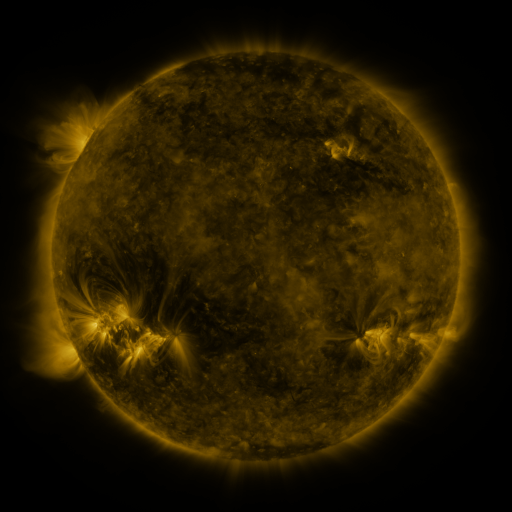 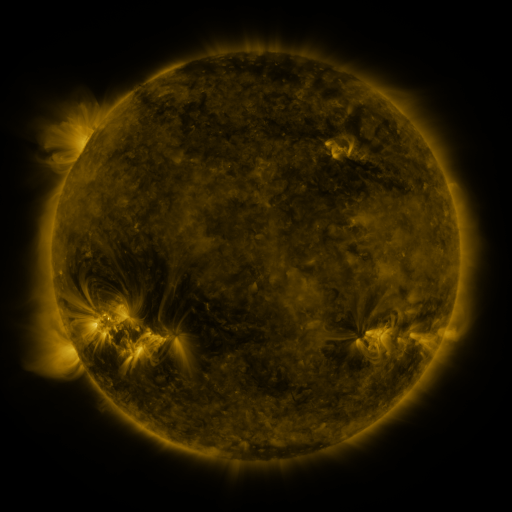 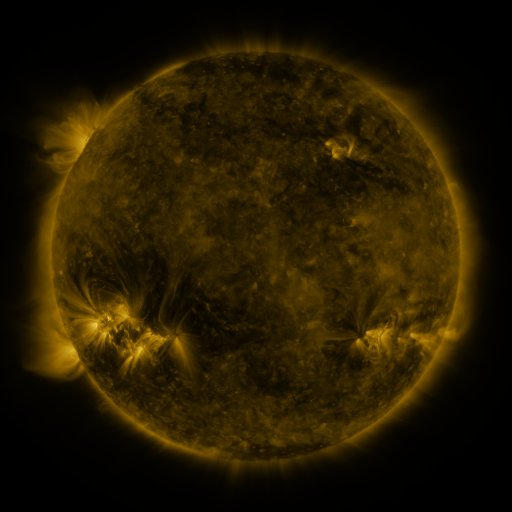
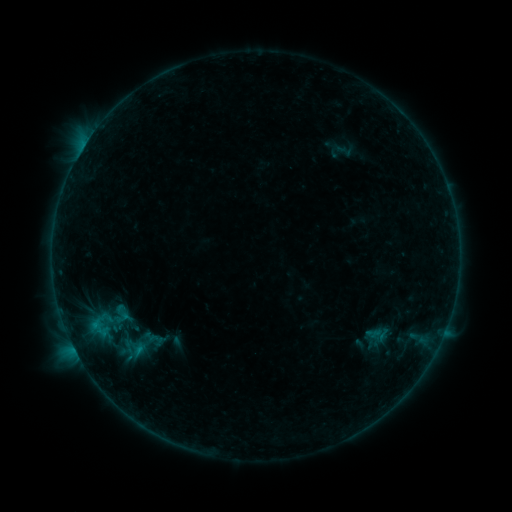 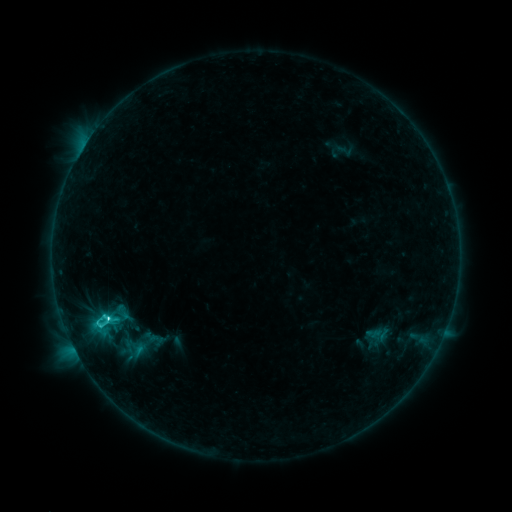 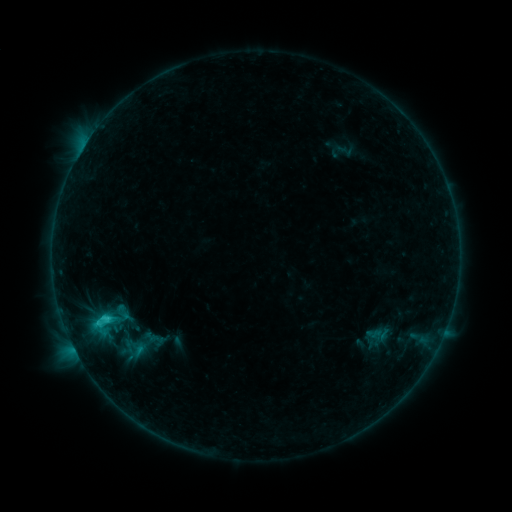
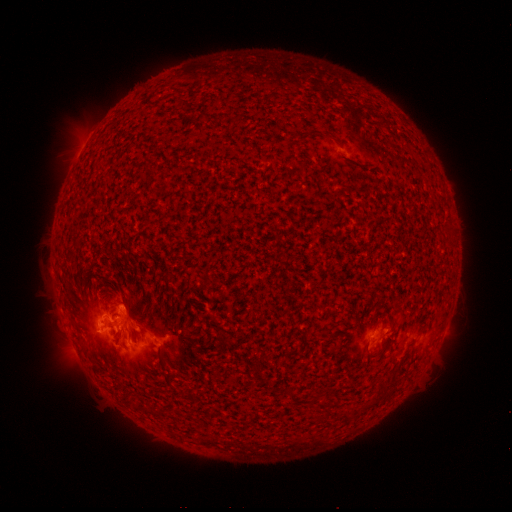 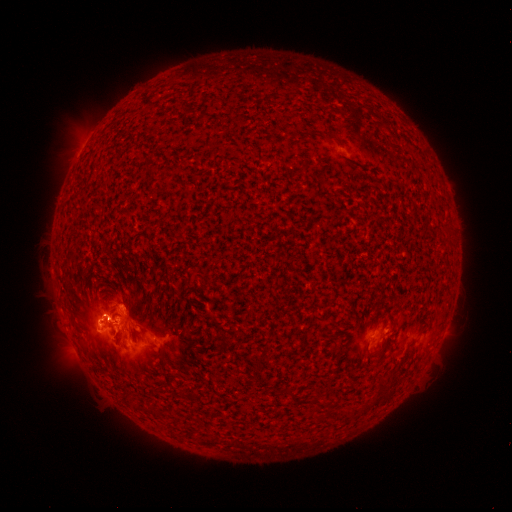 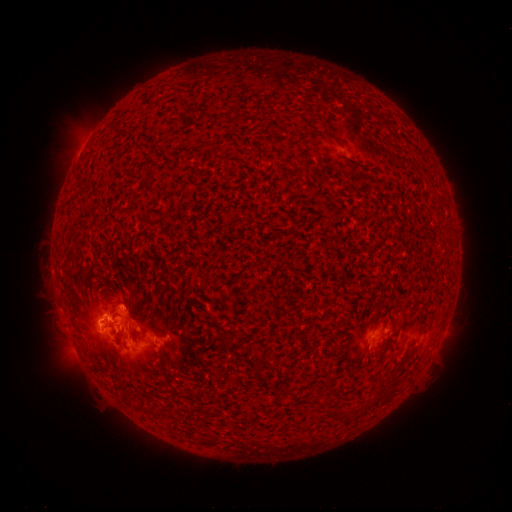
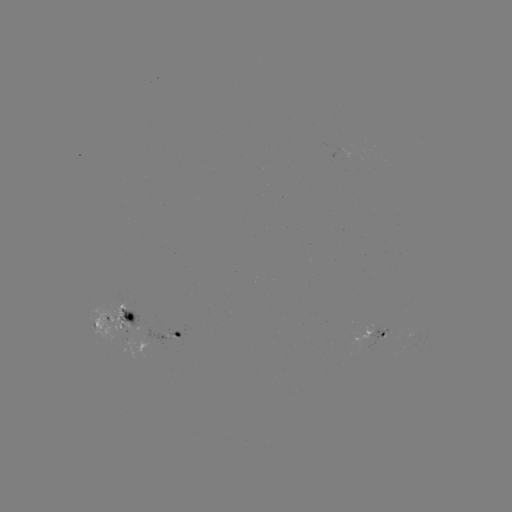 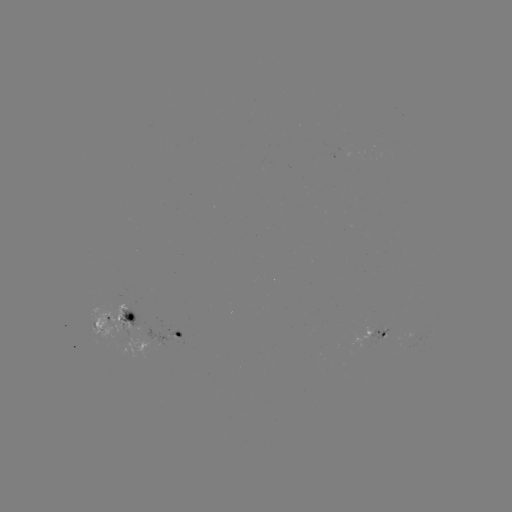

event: flare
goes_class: C3.8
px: (108, 315)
